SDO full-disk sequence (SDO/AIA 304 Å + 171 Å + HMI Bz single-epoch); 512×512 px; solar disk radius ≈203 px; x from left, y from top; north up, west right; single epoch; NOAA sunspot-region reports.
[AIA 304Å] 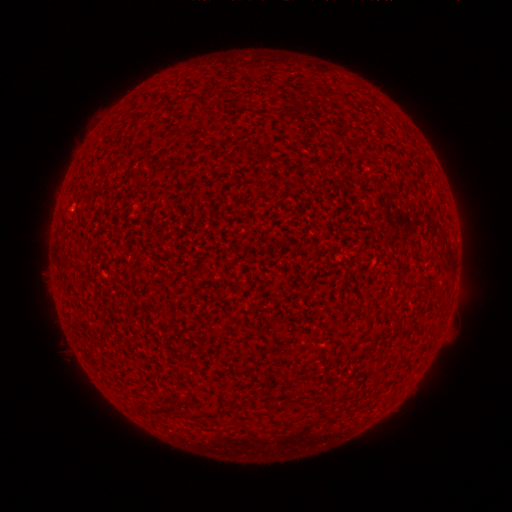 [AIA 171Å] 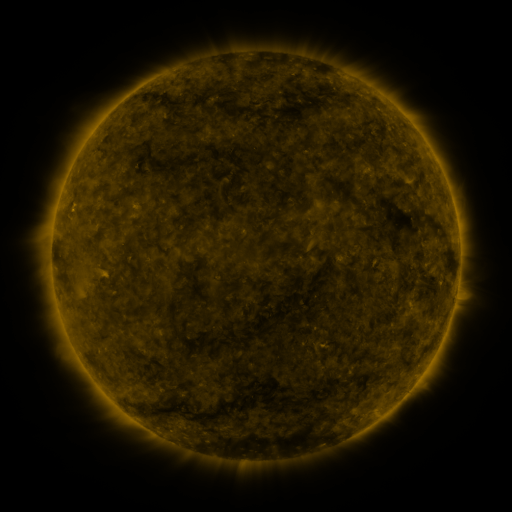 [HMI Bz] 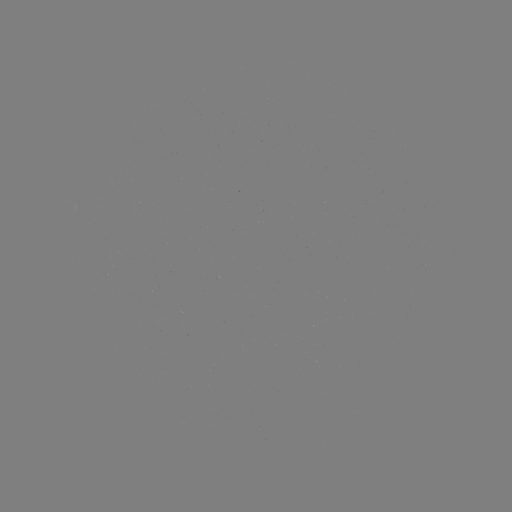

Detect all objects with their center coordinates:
(none)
